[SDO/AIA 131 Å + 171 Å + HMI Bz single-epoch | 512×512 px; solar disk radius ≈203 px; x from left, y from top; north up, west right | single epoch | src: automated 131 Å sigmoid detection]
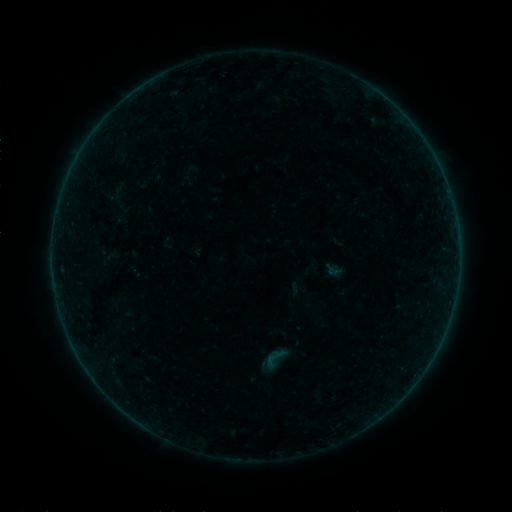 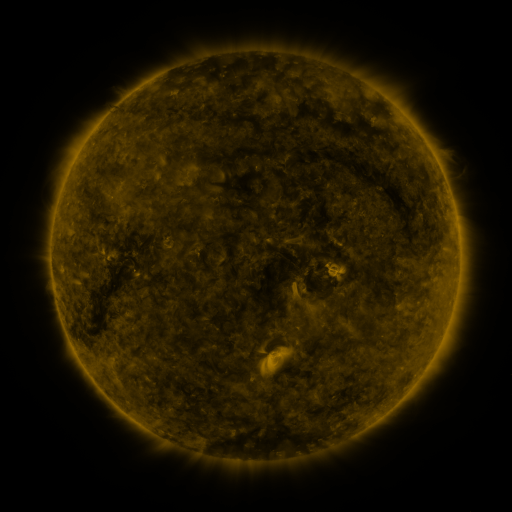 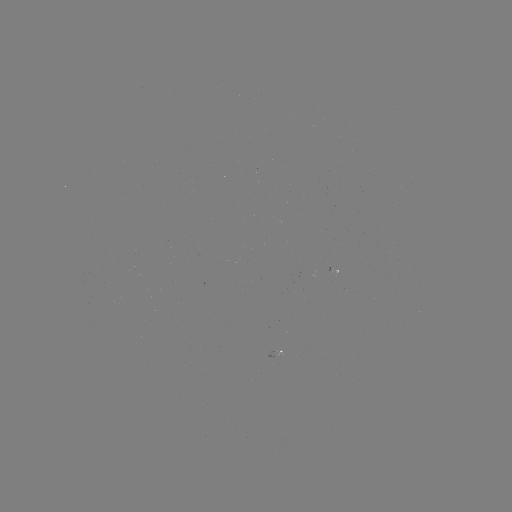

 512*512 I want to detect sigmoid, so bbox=[261, 343, 288, 371].